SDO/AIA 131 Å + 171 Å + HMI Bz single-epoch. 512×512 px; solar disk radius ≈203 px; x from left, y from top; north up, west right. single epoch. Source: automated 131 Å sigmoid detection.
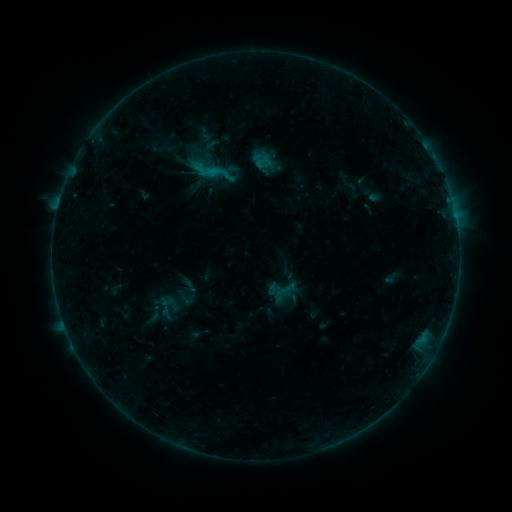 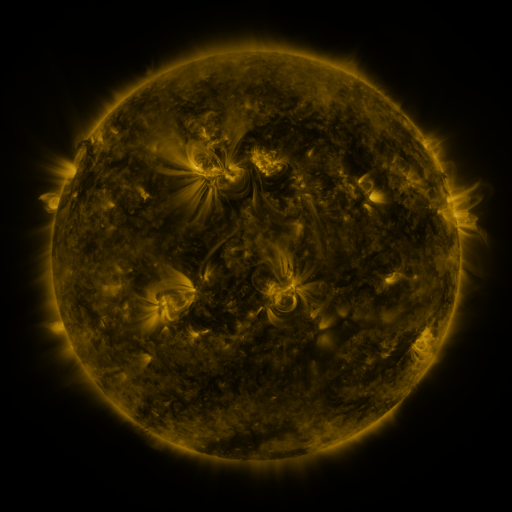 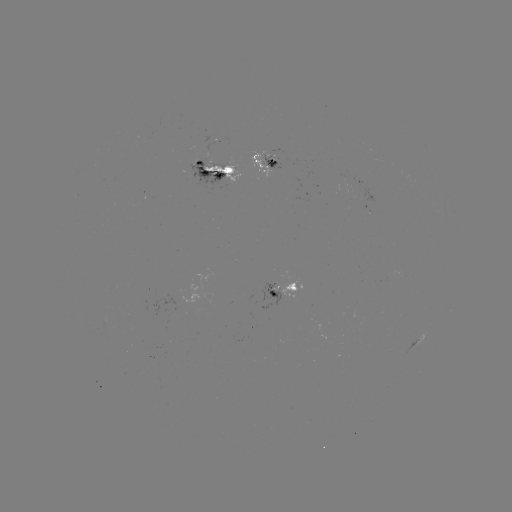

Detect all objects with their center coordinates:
sigmoid: (262, 161)
